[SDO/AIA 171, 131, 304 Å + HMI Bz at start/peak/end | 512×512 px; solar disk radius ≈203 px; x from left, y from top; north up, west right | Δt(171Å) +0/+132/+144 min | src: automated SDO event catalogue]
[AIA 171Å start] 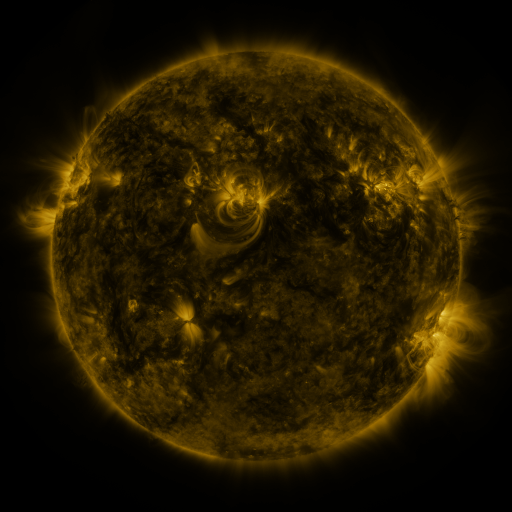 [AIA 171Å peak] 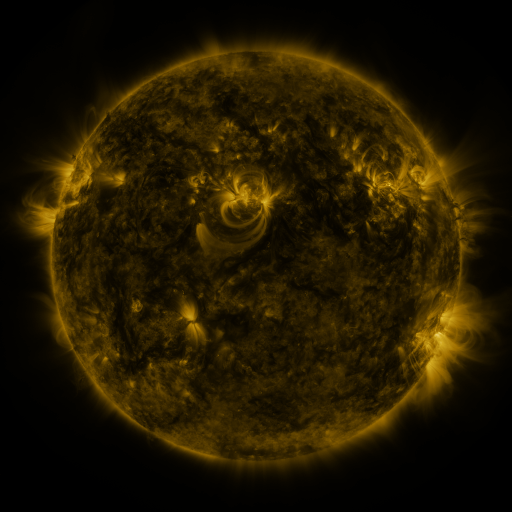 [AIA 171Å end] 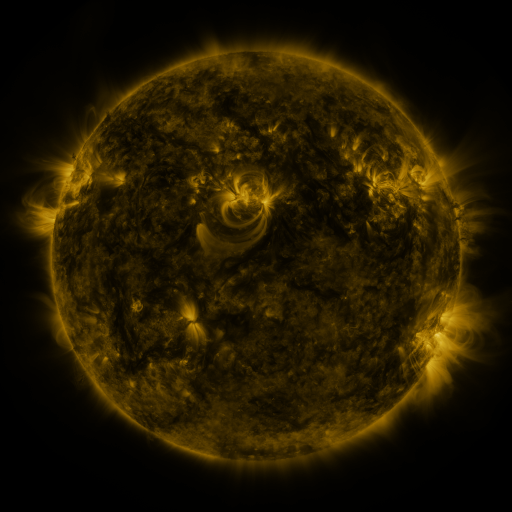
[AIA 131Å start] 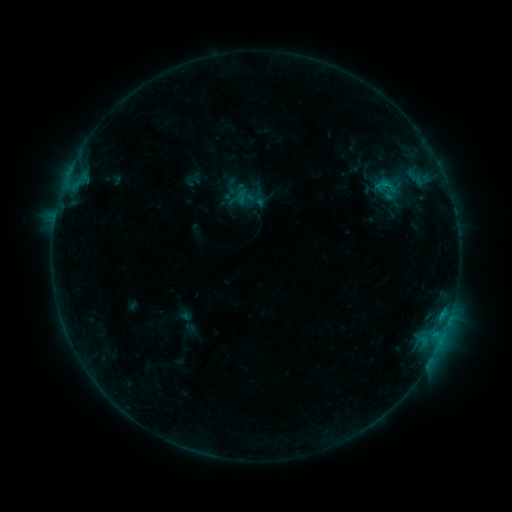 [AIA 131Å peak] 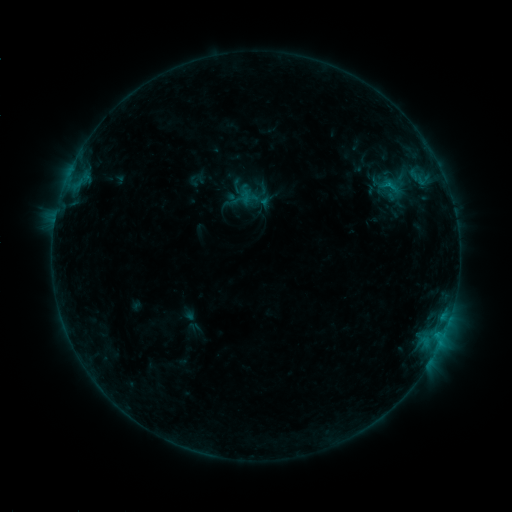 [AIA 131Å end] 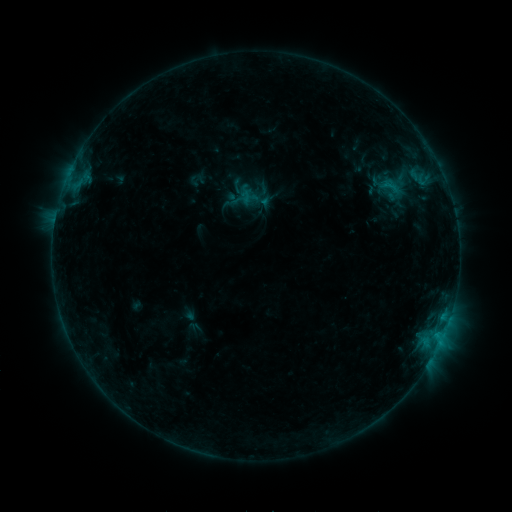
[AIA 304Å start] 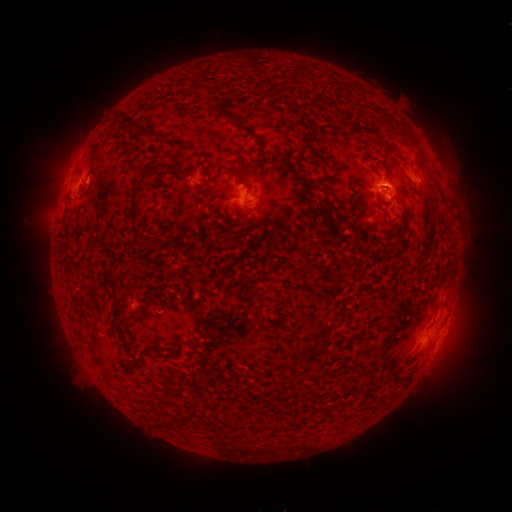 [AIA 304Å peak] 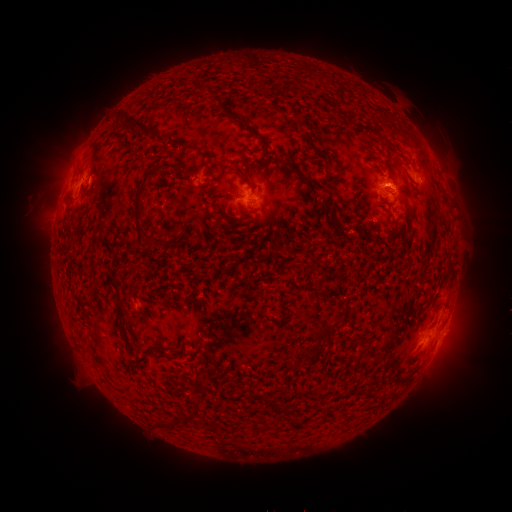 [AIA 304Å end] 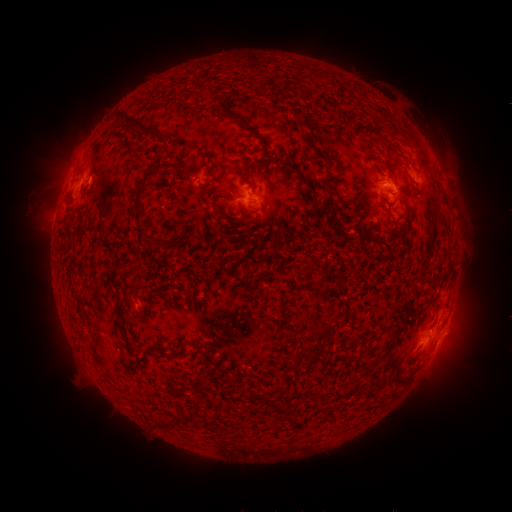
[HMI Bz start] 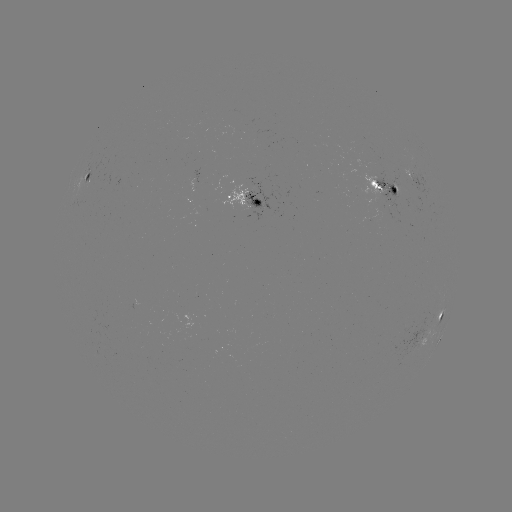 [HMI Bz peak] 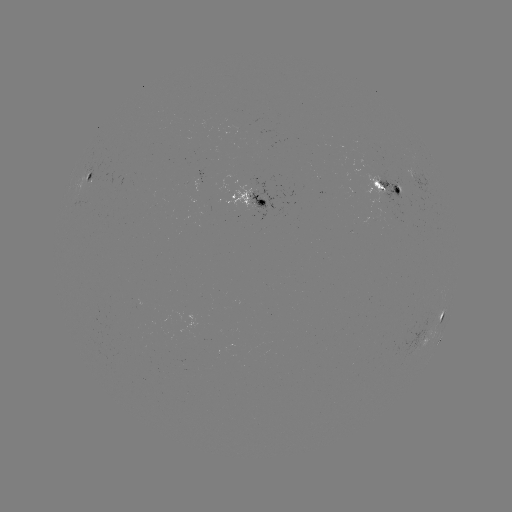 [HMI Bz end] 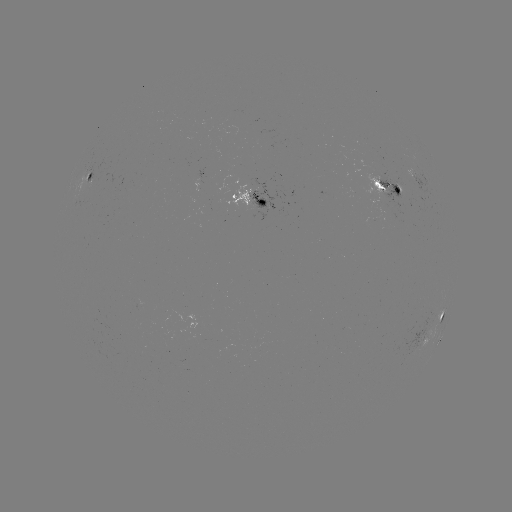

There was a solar emerging-flux region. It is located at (380, 180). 